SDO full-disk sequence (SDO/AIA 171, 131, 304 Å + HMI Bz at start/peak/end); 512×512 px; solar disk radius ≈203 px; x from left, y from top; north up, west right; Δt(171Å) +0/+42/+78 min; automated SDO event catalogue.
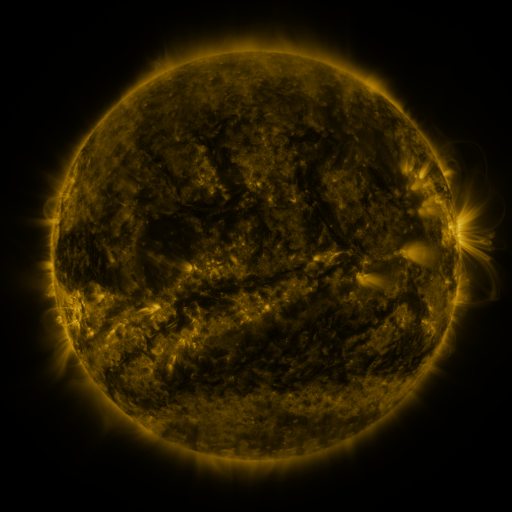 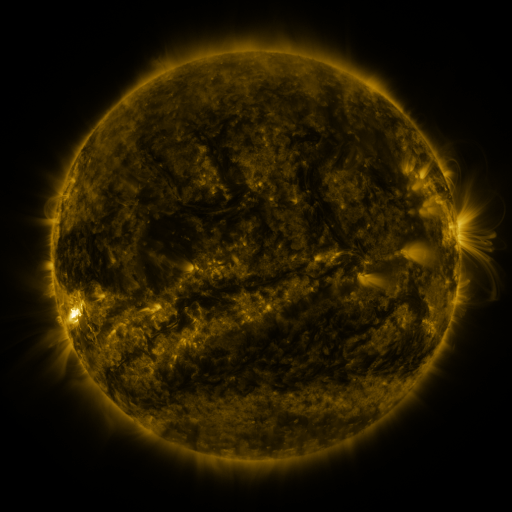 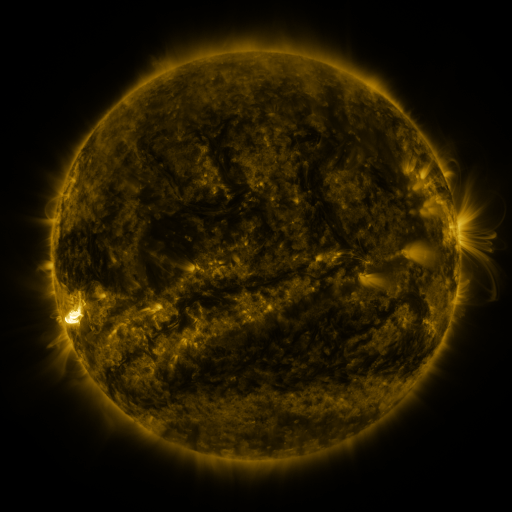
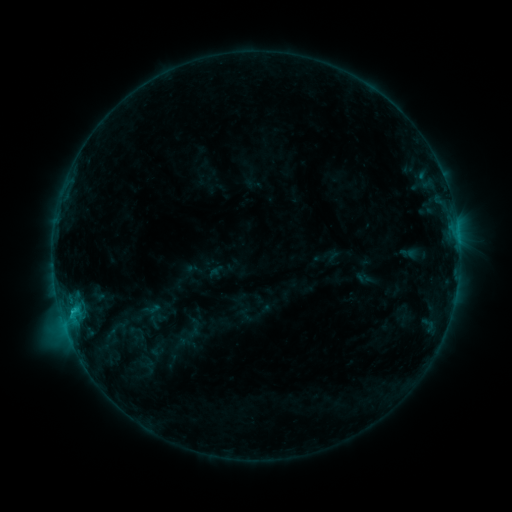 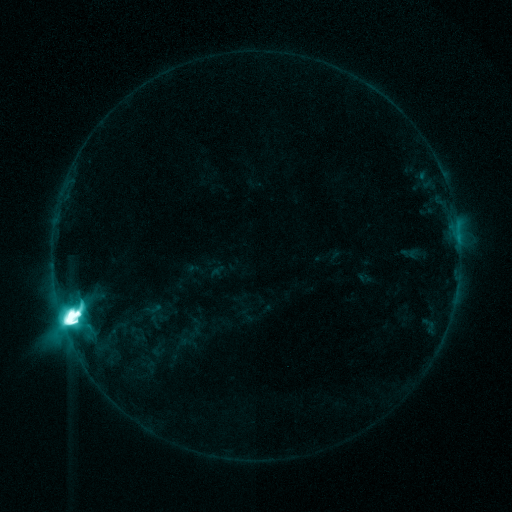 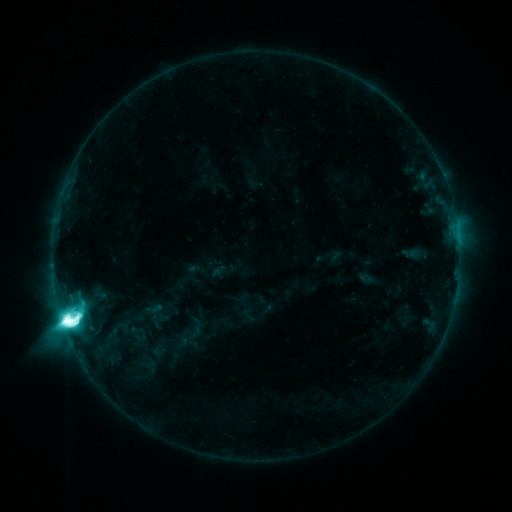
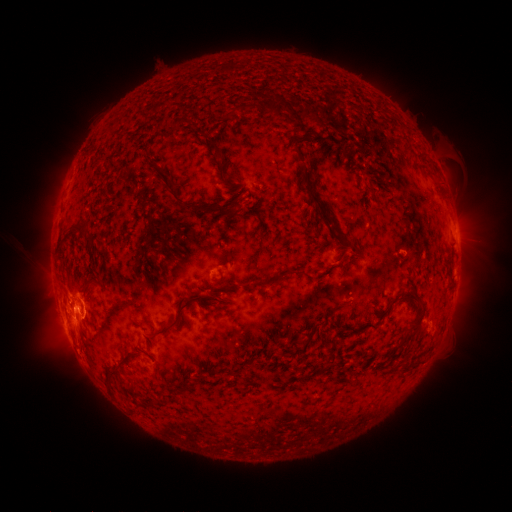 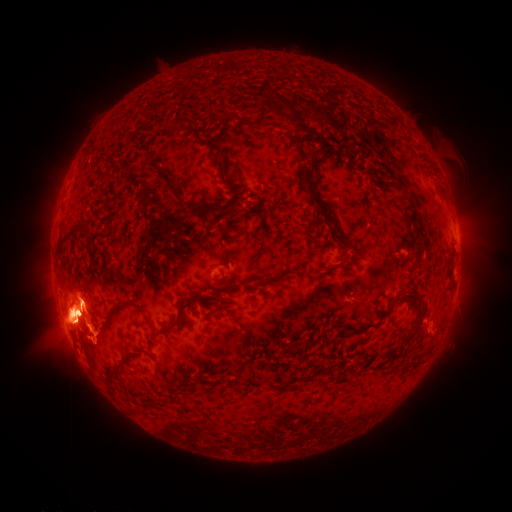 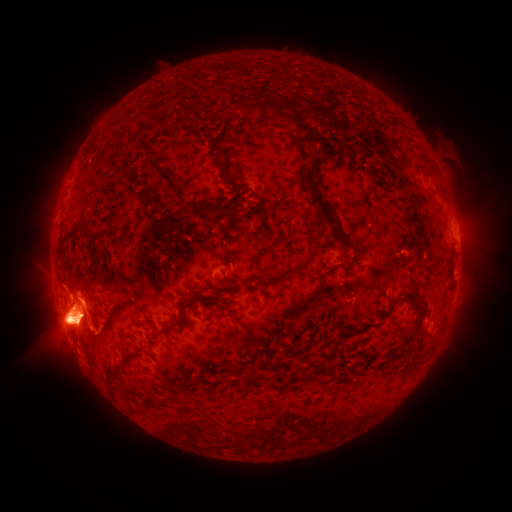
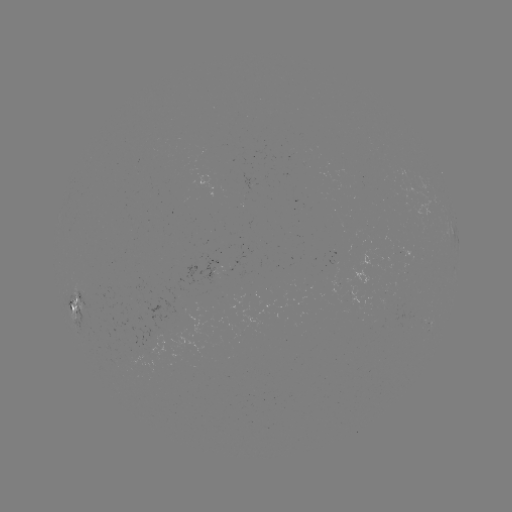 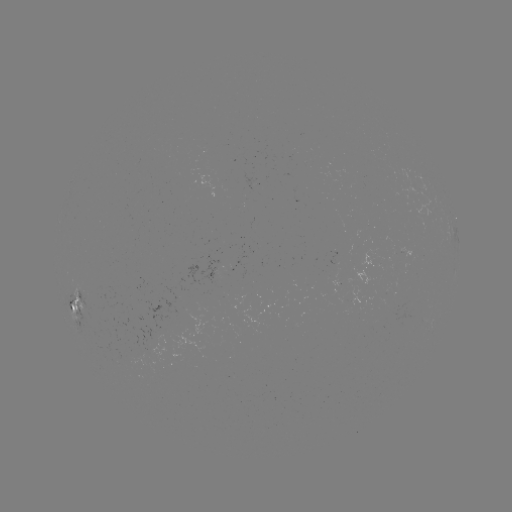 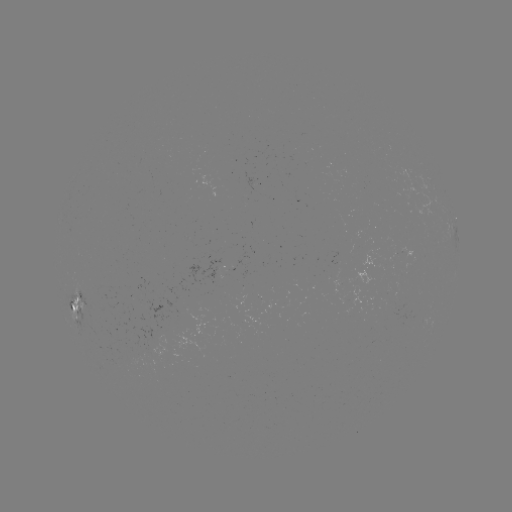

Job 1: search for M9.2 flare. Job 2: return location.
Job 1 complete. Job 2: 71,315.